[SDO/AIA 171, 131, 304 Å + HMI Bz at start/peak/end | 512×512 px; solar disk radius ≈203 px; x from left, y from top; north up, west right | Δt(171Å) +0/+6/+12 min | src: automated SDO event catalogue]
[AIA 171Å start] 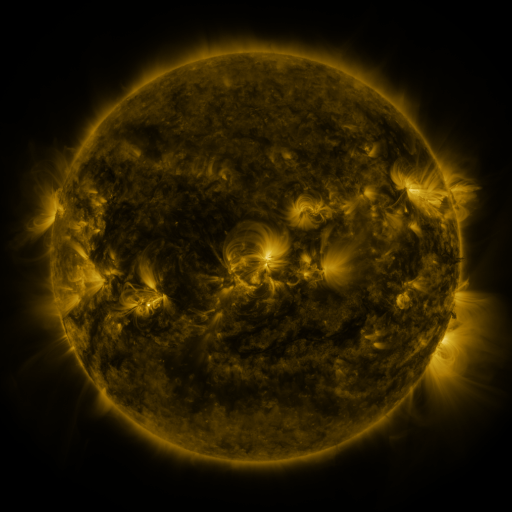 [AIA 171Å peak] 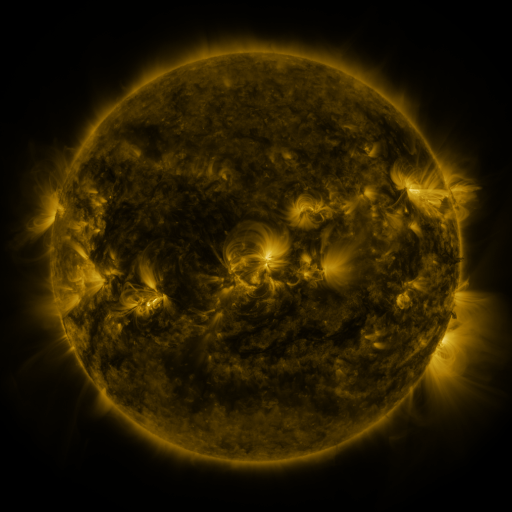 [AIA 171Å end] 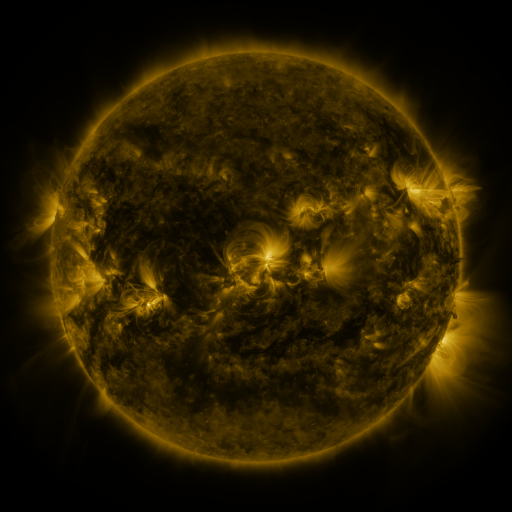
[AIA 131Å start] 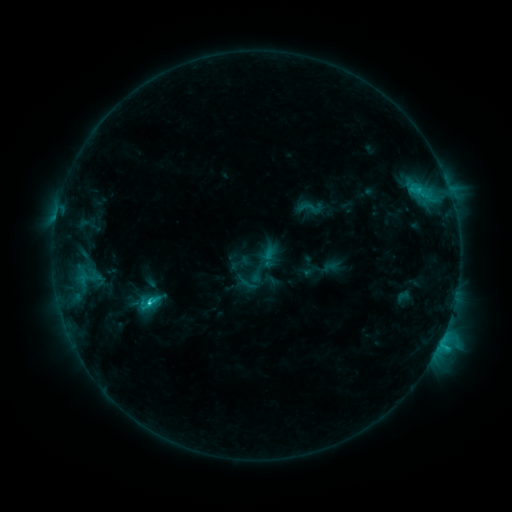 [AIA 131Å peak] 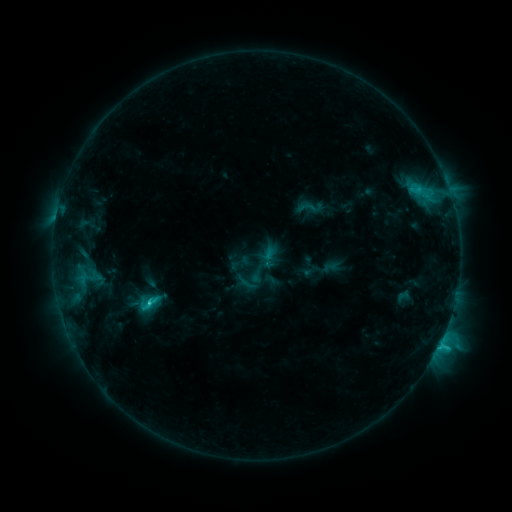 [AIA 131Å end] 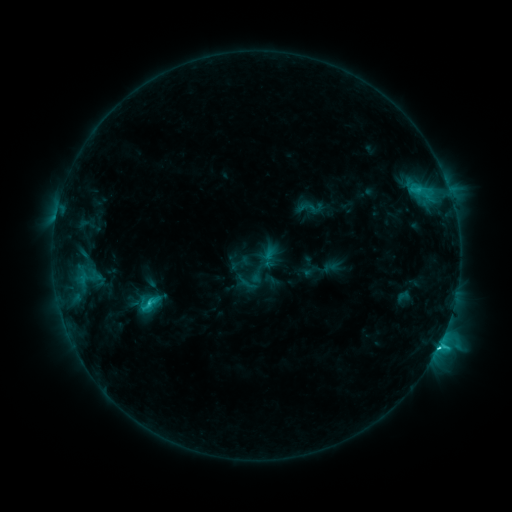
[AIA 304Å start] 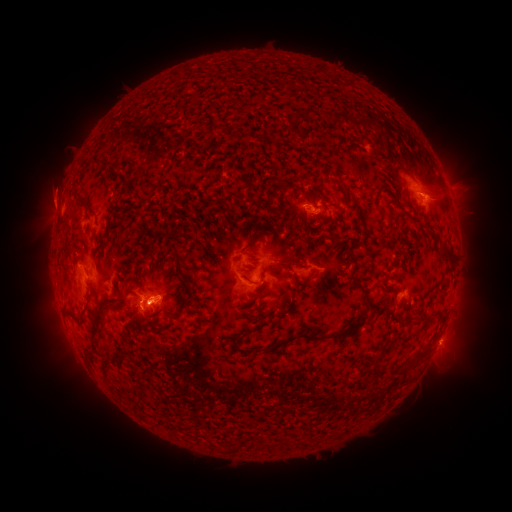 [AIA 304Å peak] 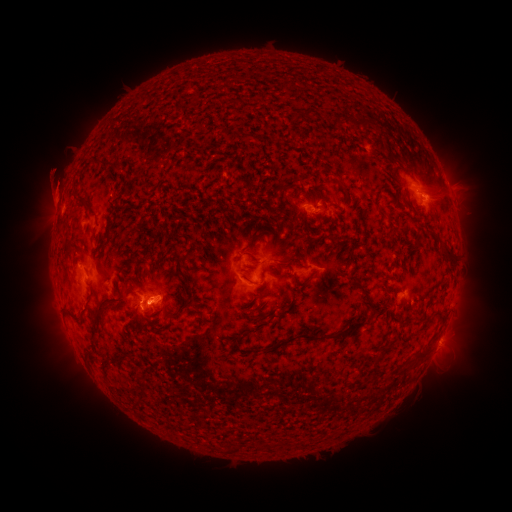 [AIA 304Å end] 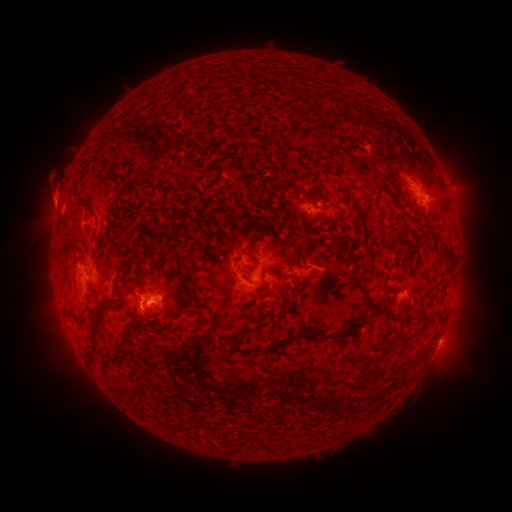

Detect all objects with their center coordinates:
eruption: (473, 216)
